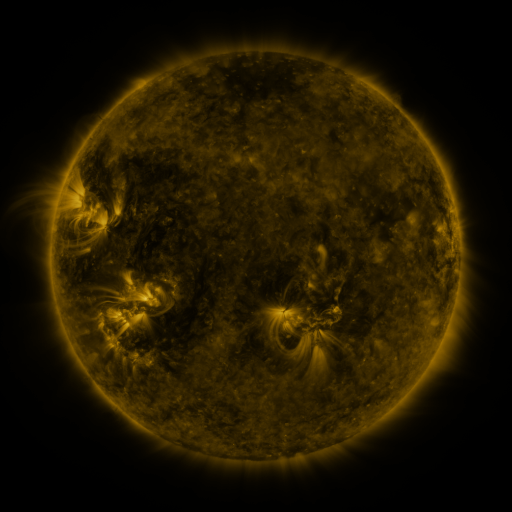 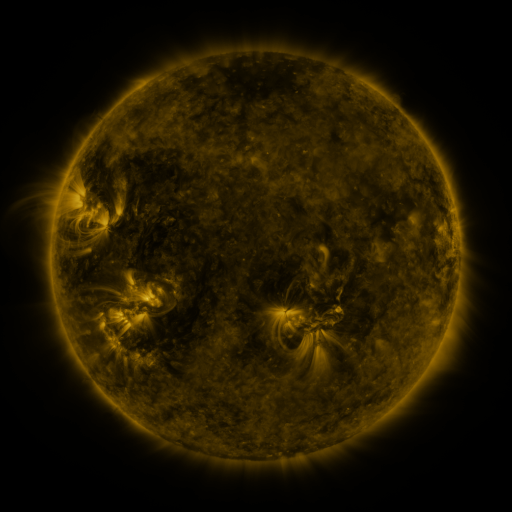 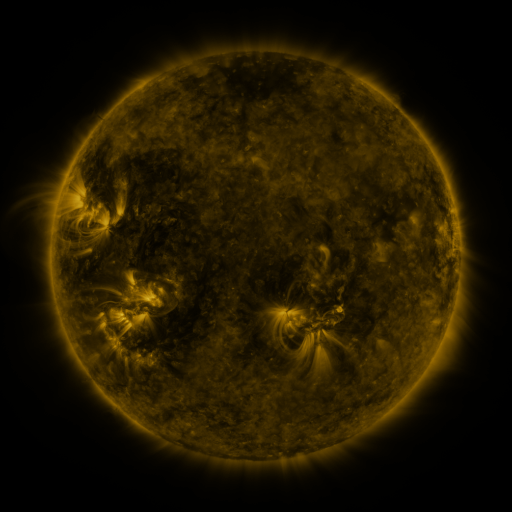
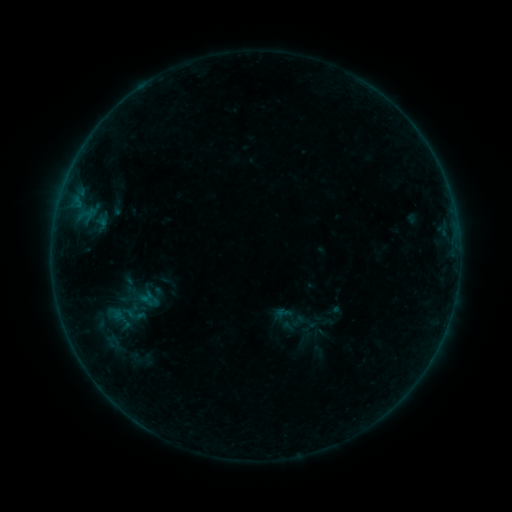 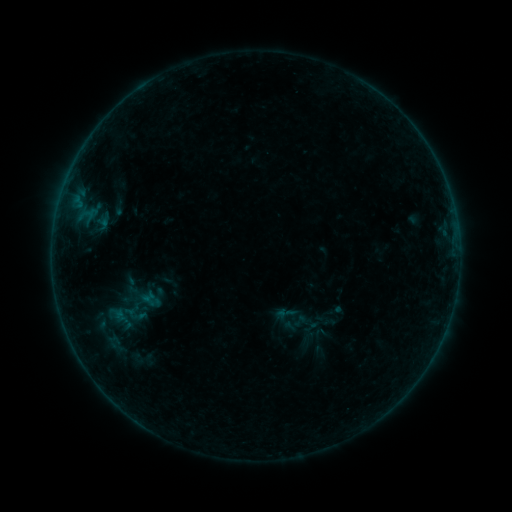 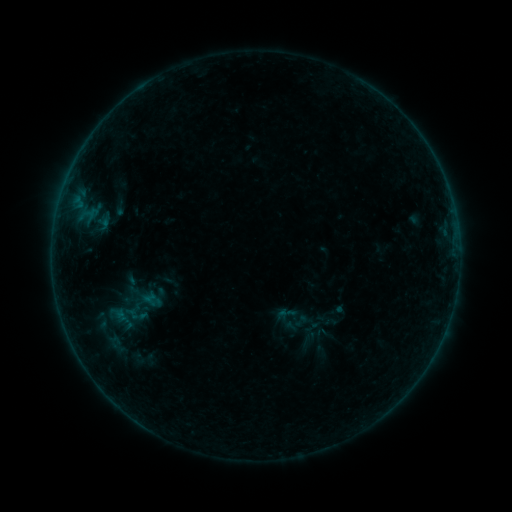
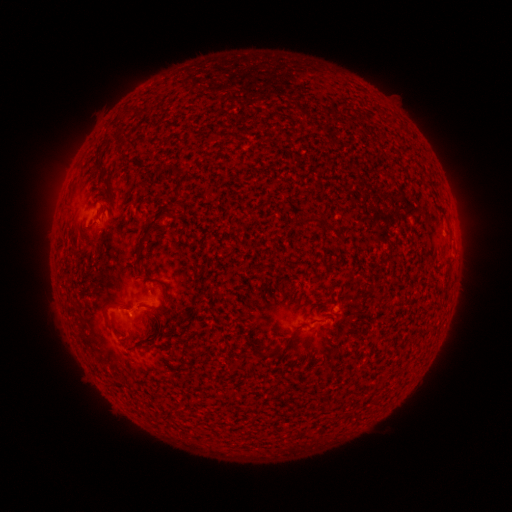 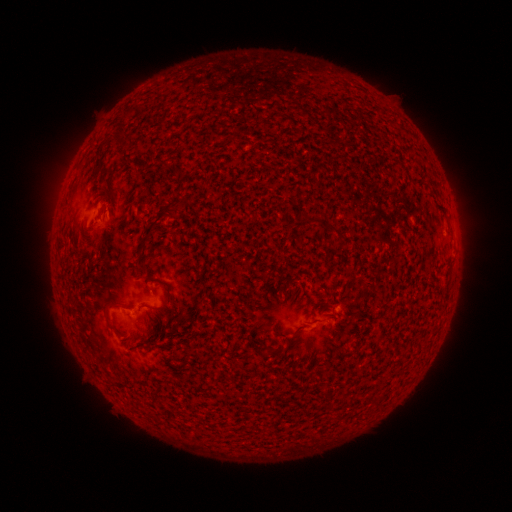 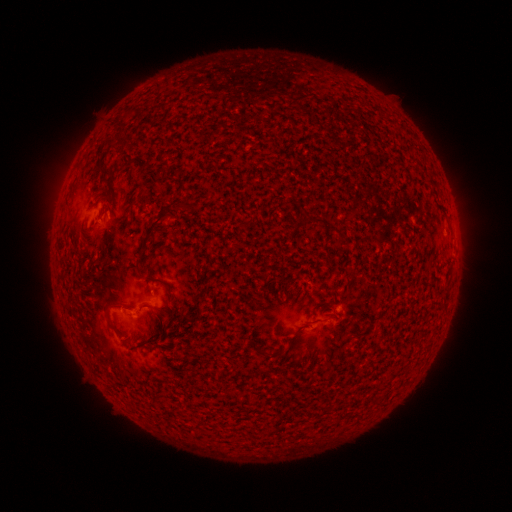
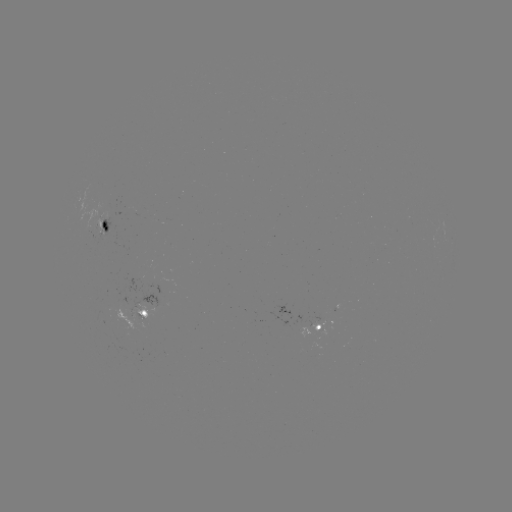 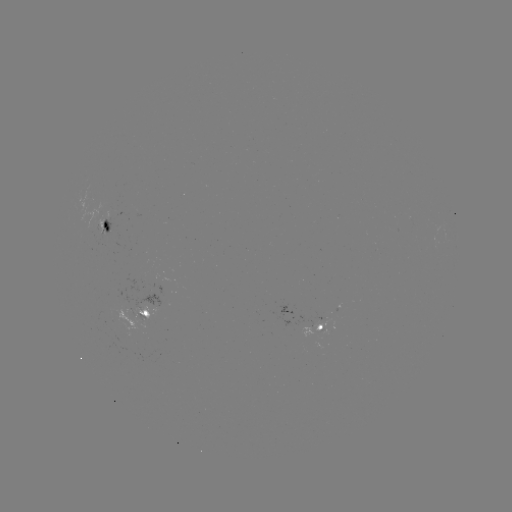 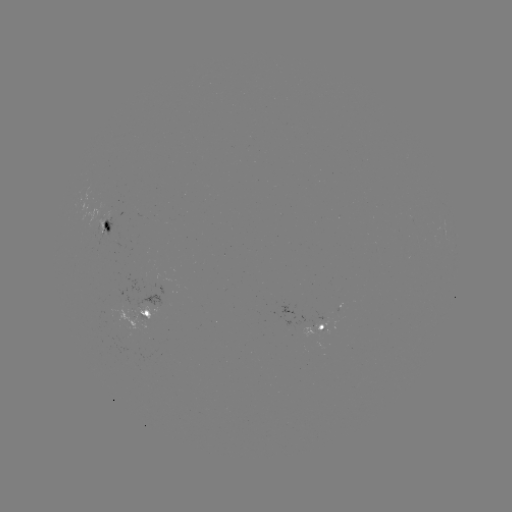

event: emerging-flux region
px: (326, 320)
